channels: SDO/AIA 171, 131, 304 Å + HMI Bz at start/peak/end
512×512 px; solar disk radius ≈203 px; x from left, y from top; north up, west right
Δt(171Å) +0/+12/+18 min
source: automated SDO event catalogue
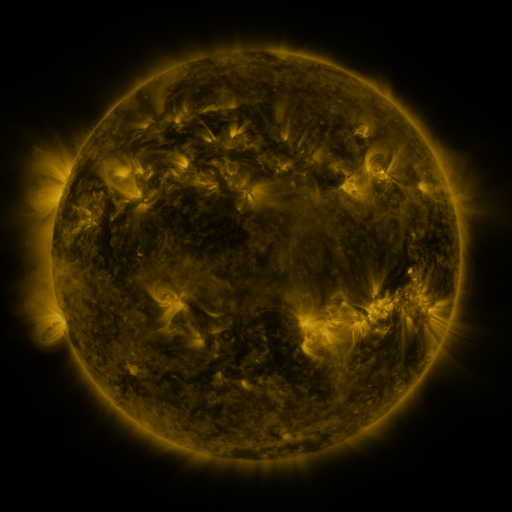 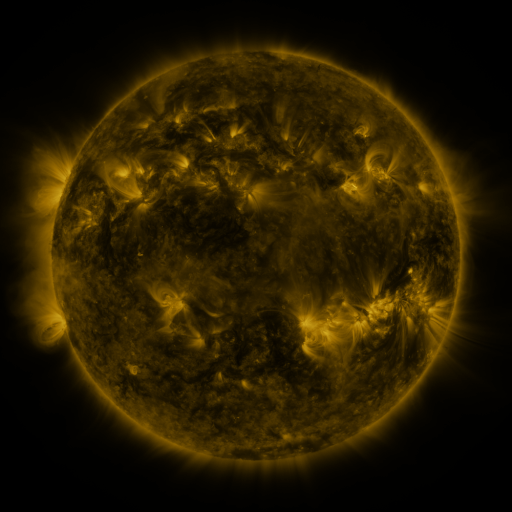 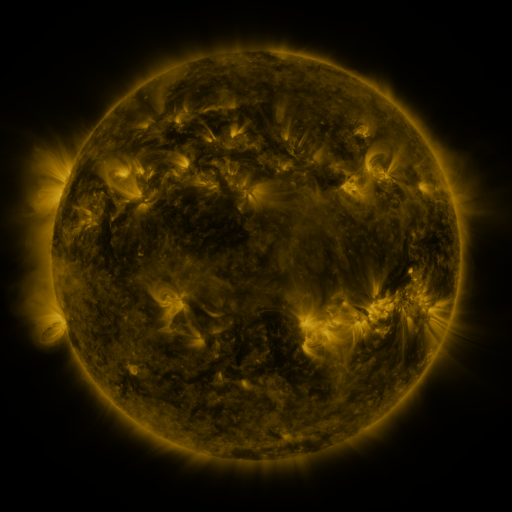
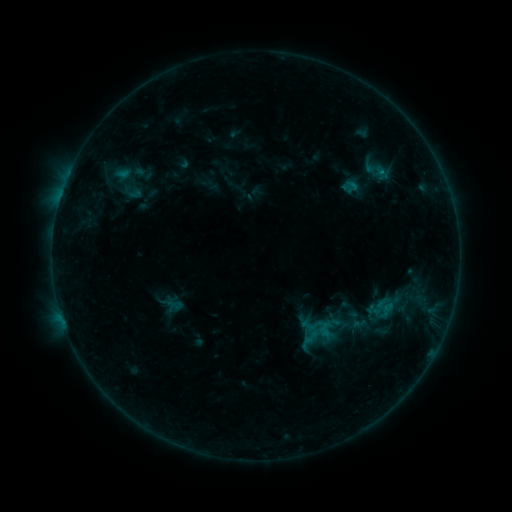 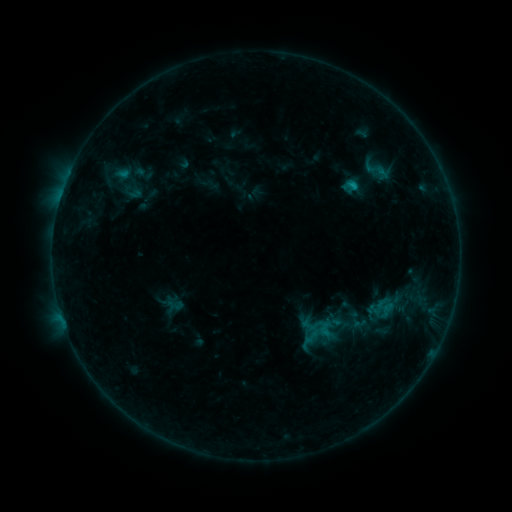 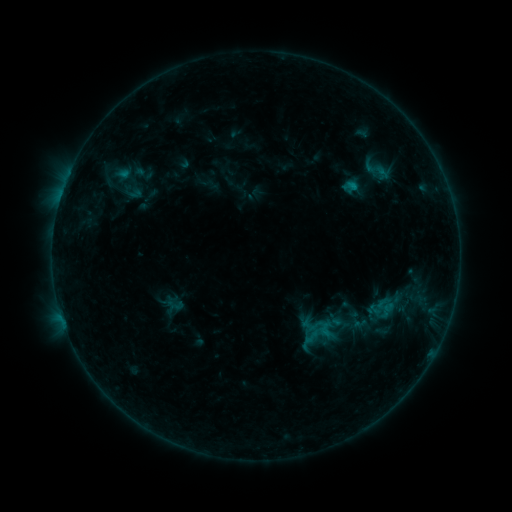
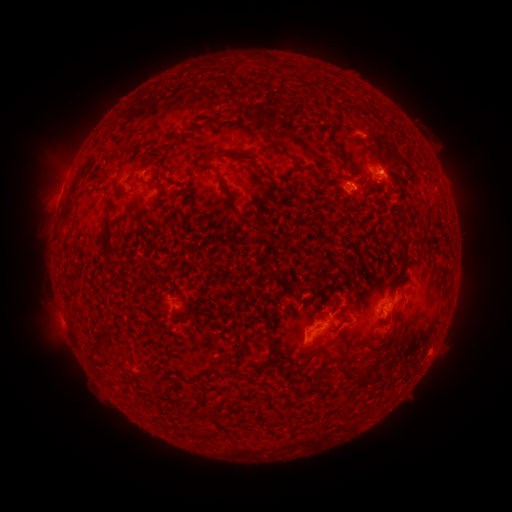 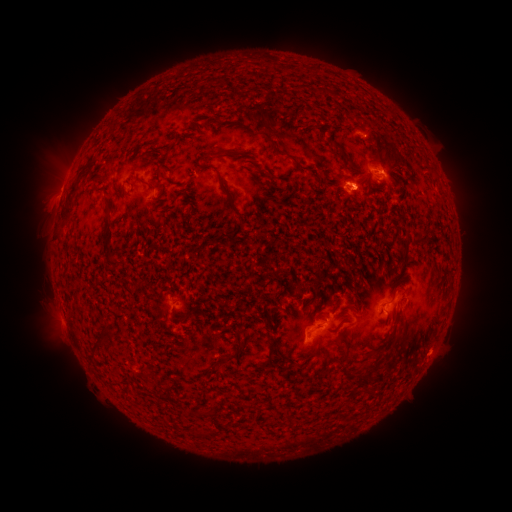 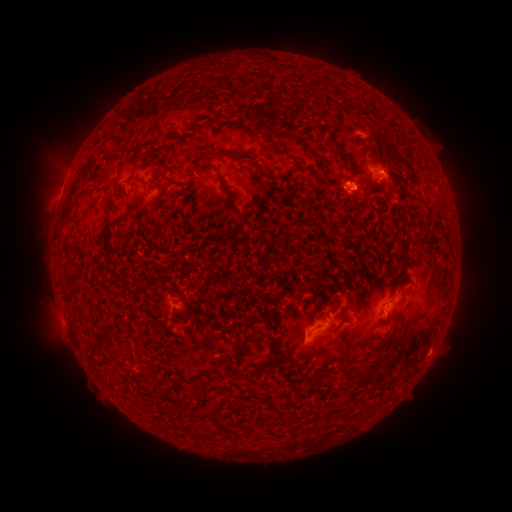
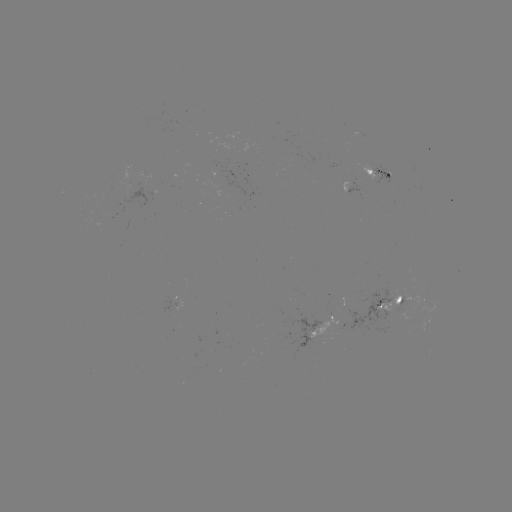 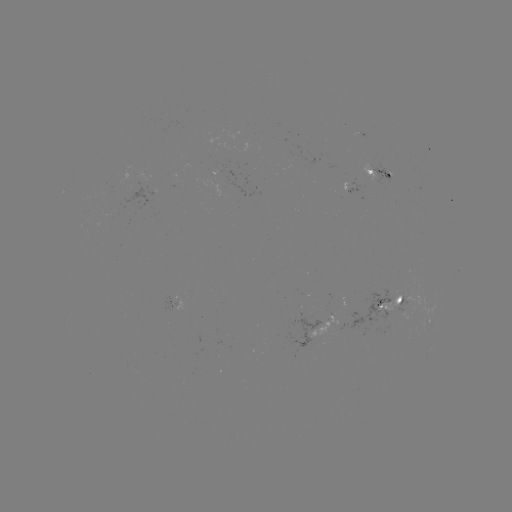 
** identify B6.7 flare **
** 351,186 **